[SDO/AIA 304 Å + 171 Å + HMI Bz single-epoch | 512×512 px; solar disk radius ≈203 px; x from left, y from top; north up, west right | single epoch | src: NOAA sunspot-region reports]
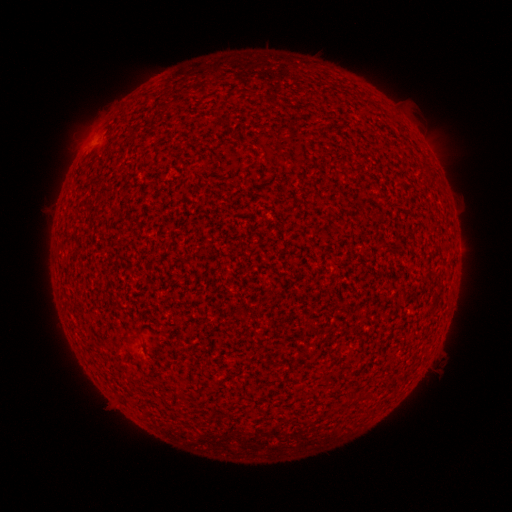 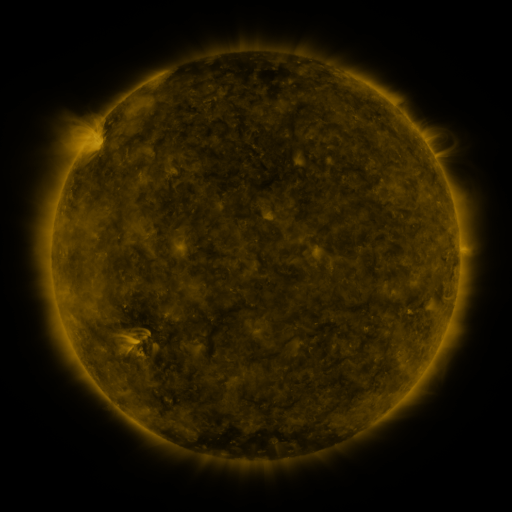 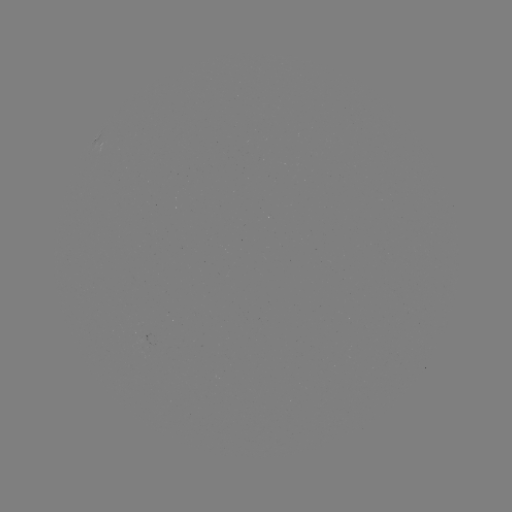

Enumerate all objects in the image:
(none)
